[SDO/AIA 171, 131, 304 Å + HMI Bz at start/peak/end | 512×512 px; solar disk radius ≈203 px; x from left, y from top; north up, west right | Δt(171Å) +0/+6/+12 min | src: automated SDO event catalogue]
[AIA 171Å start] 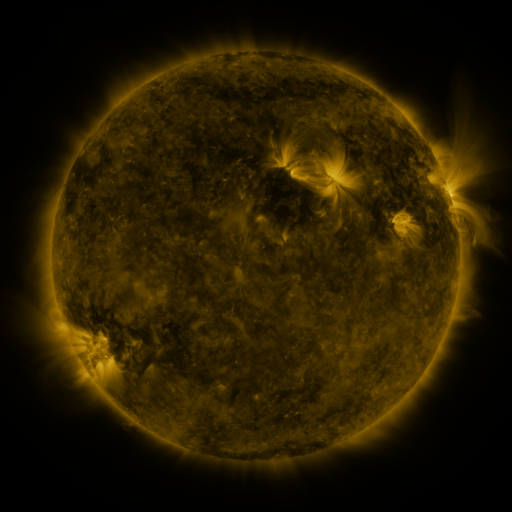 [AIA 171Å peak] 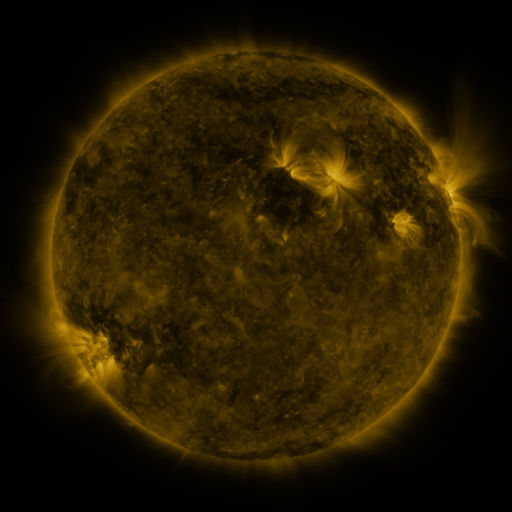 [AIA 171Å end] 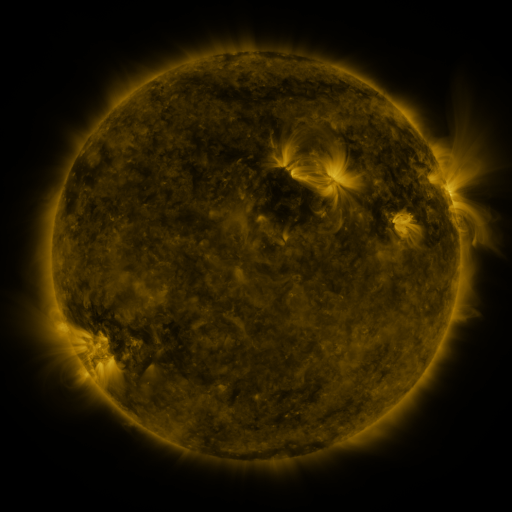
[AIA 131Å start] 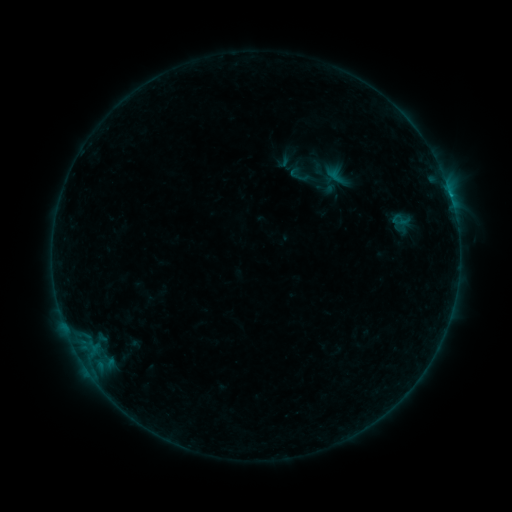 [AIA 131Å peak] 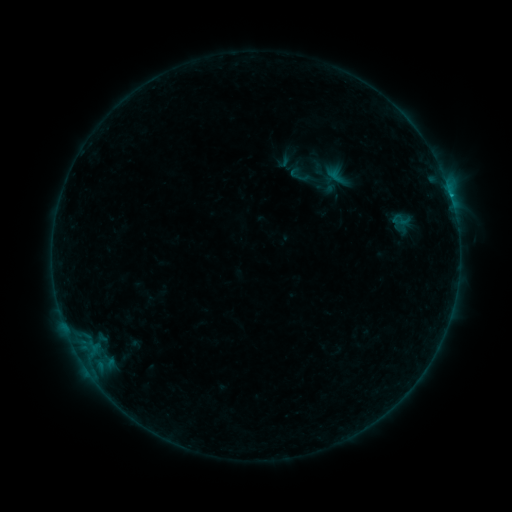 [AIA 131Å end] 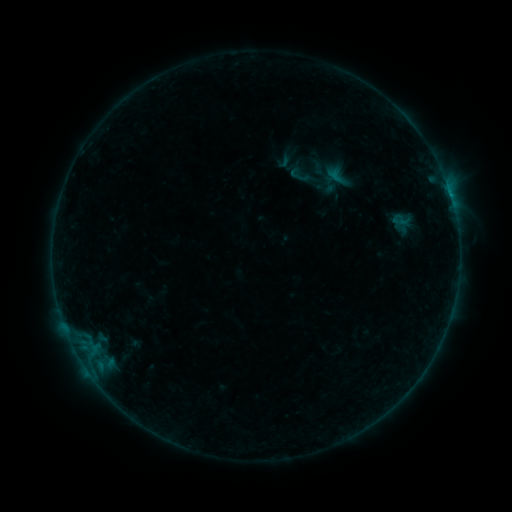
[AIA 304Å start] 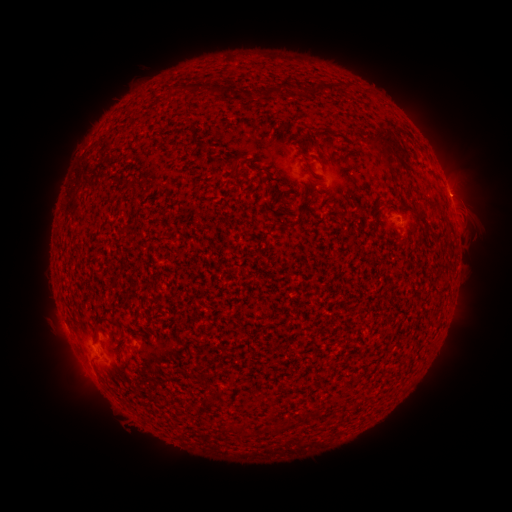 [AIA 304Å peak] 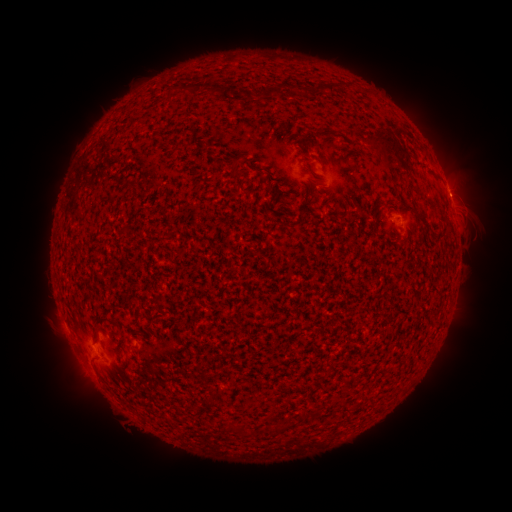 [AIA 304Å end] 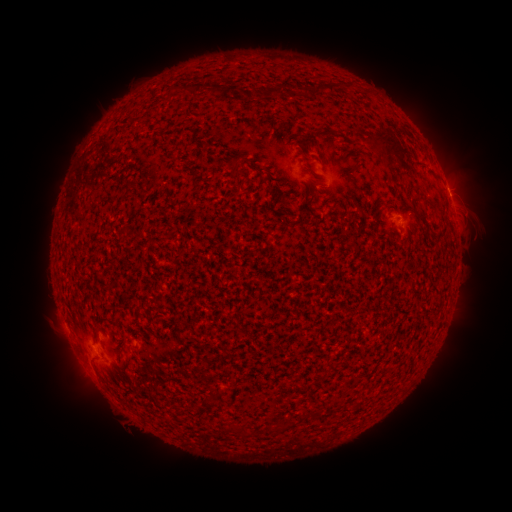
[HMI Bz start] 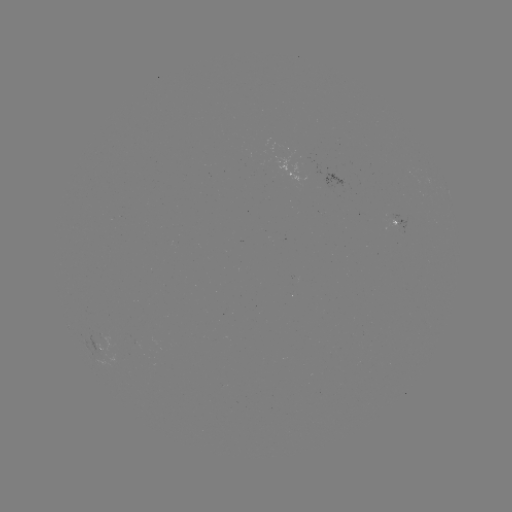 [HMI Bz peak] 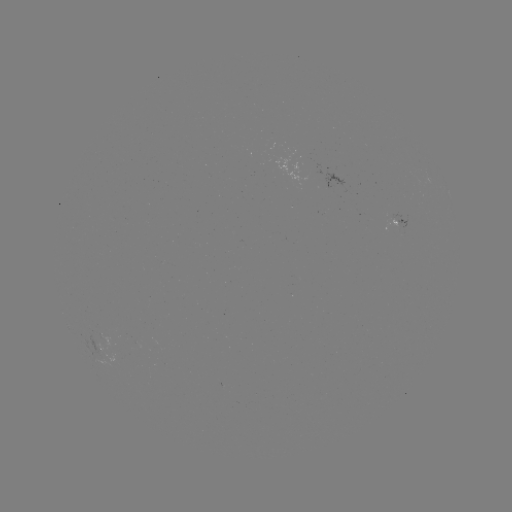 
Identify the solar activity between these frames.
B3.1 flare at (450, 197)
